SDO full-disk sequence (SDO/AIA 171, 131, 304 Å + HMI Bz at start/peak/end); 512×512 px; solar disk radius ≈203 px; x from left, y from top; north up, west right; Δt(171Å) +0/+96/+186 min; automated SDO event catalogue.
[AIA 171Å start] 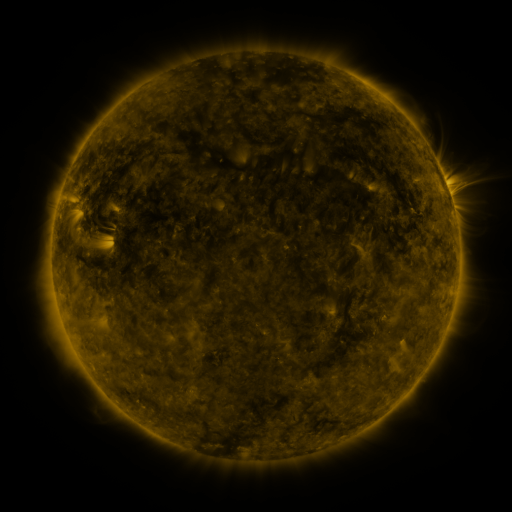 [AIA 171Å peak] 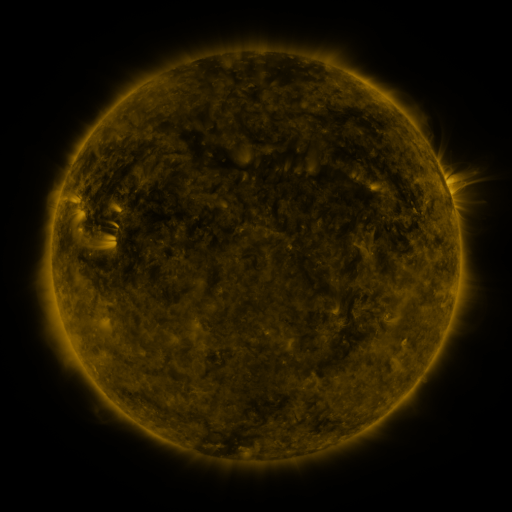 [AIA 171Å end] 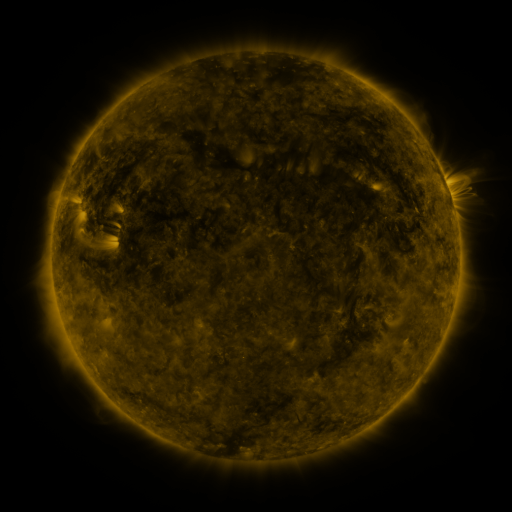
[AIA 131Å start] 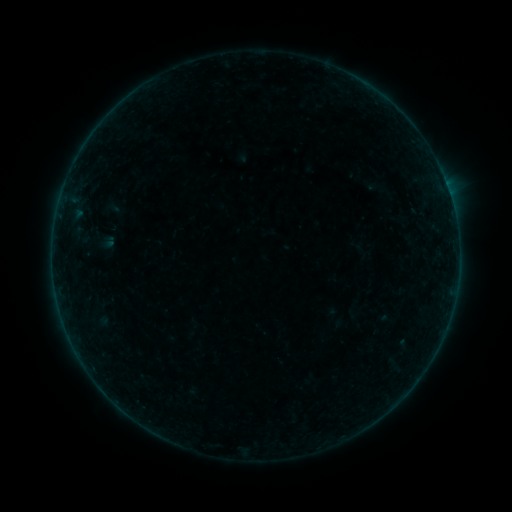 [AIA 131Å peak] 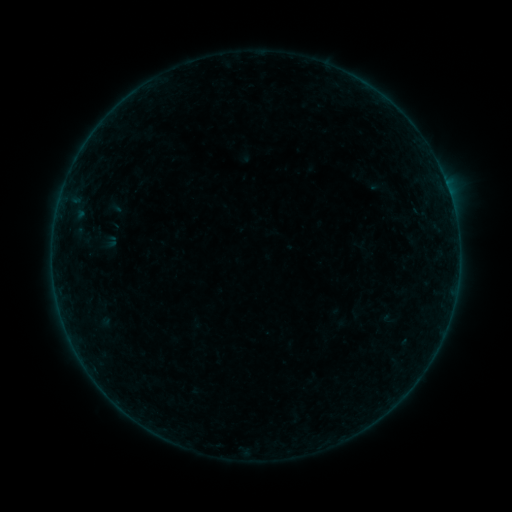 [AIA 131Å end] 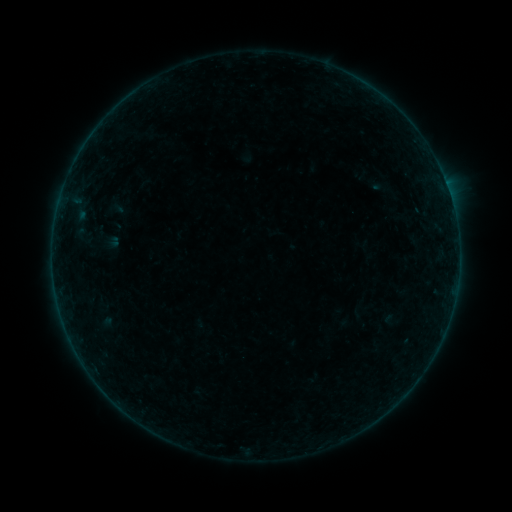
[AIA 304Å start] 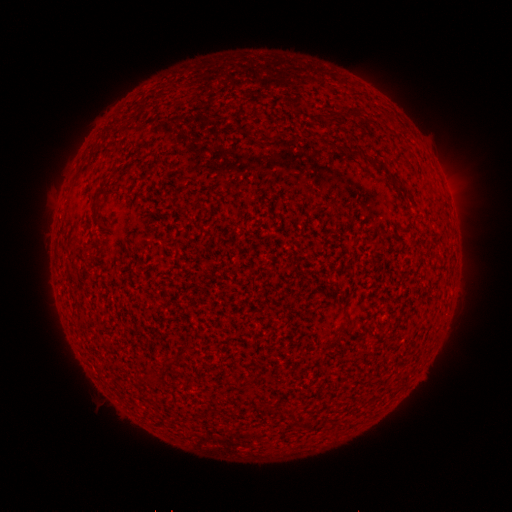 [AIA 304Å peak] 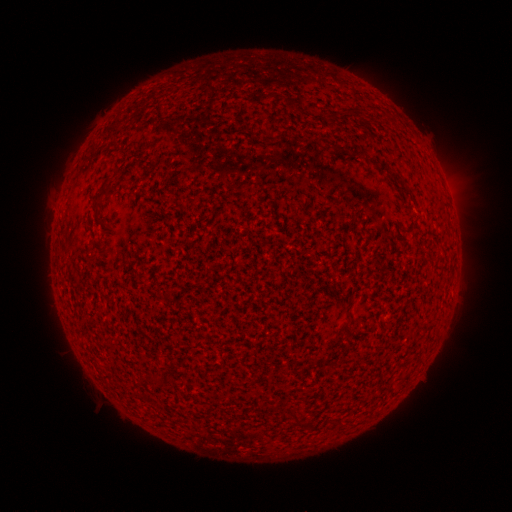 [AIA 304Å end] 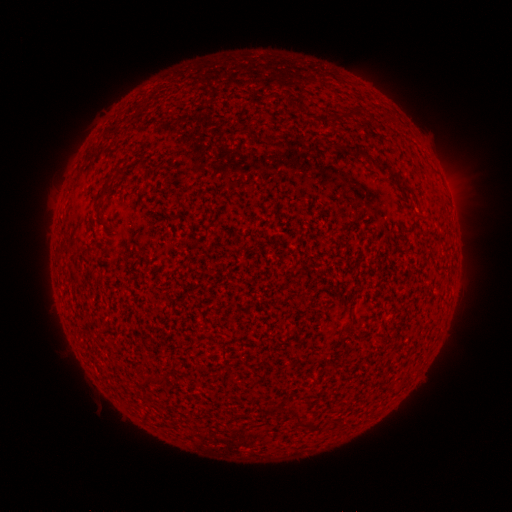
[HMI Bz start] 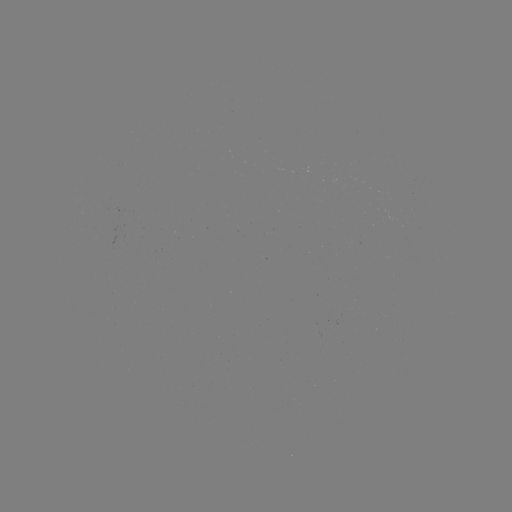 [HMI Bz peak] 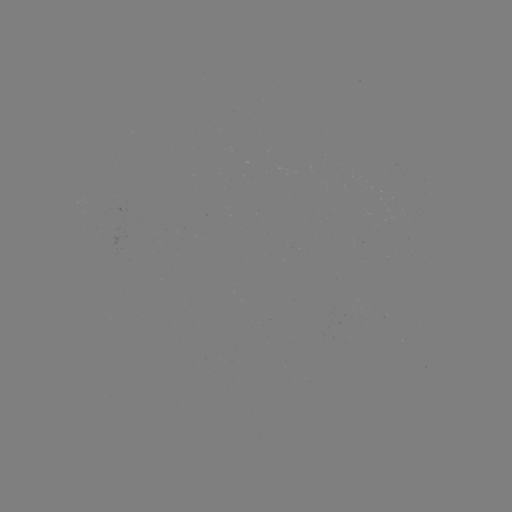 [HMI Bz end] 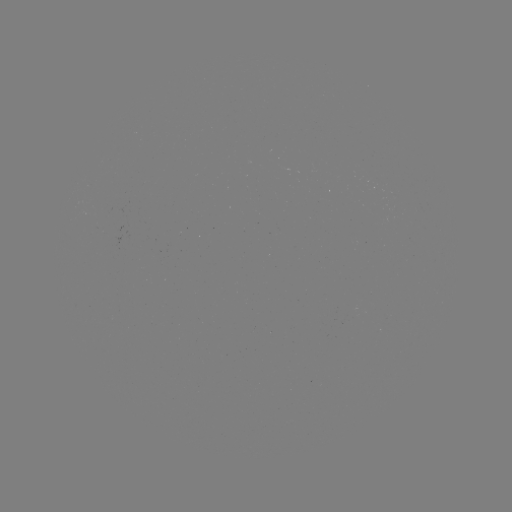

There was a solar filament eruption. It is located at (251, 83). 